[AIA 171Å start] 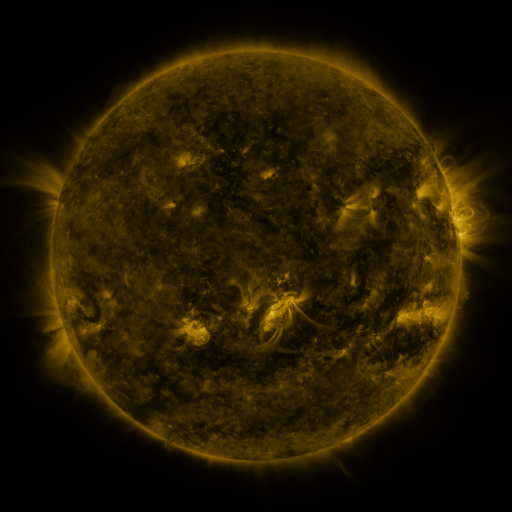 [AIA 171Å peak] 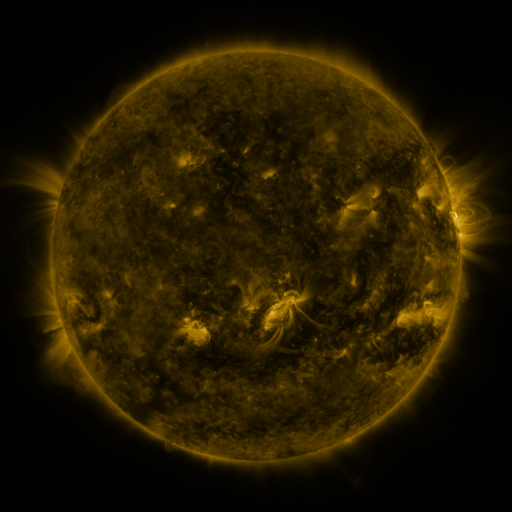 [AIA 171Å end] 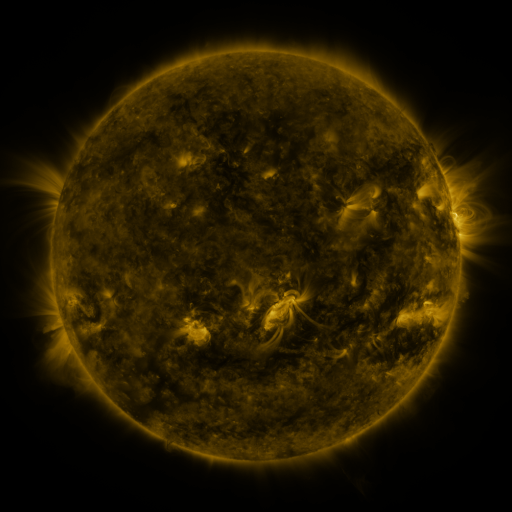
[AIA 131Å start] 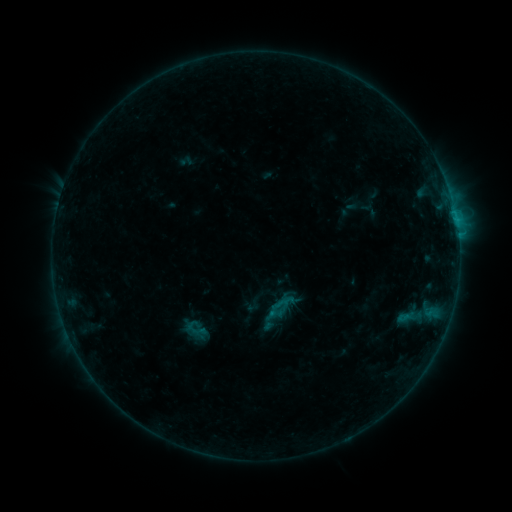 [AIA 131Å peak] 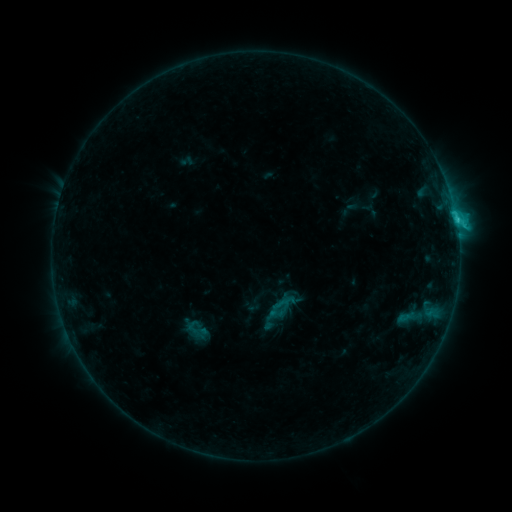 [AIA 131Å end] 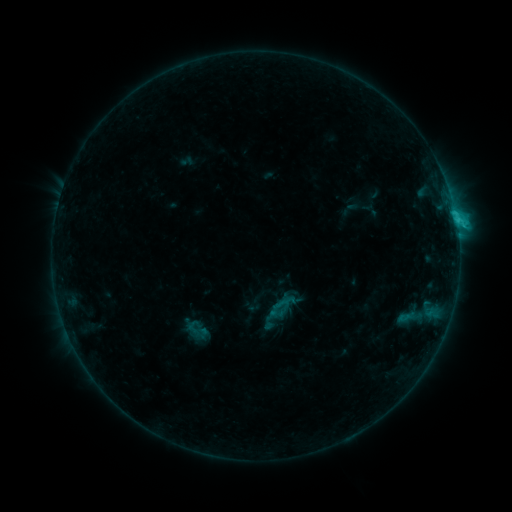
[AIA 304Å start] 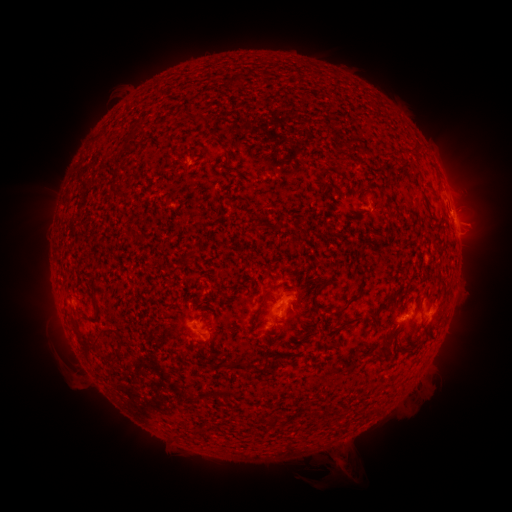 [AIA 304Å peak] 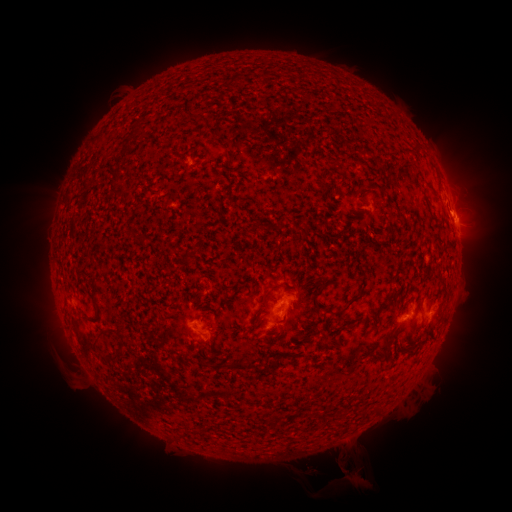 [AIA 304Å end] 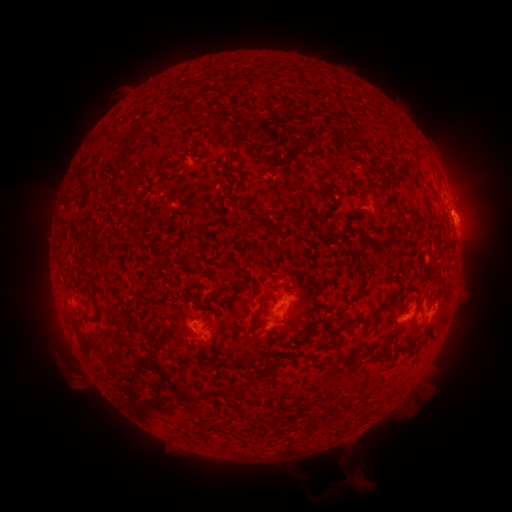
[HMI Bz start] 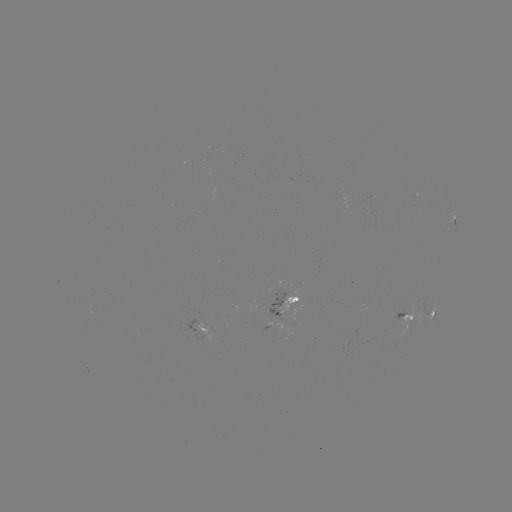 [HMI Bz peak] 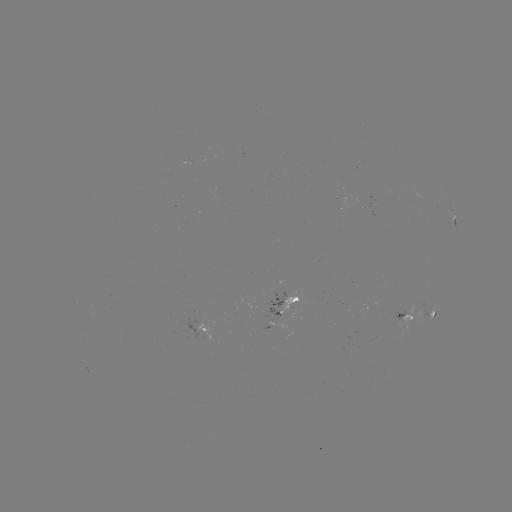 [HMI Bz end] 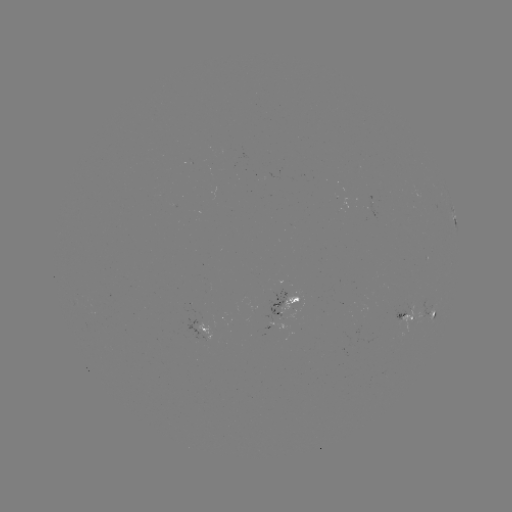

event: flare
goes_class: C1.6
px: (455, 220)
